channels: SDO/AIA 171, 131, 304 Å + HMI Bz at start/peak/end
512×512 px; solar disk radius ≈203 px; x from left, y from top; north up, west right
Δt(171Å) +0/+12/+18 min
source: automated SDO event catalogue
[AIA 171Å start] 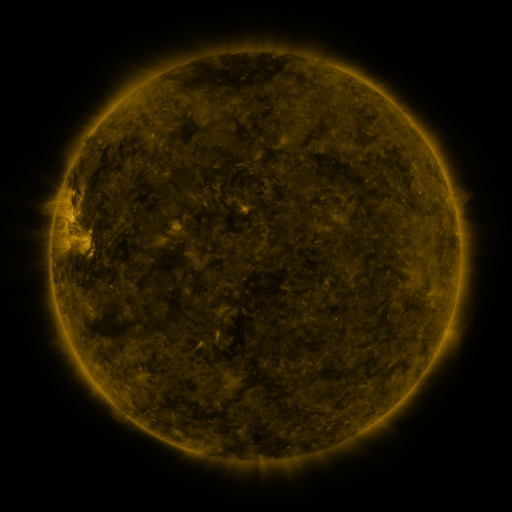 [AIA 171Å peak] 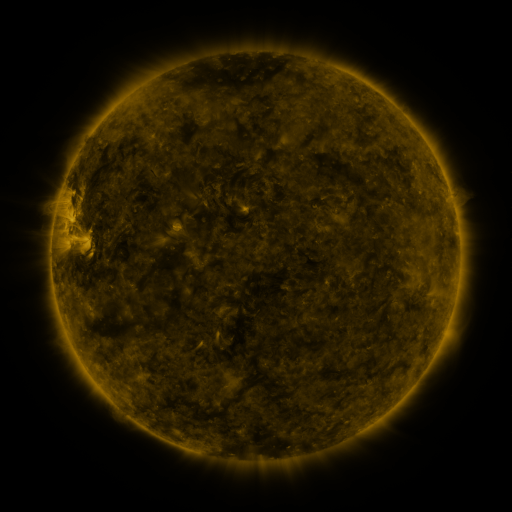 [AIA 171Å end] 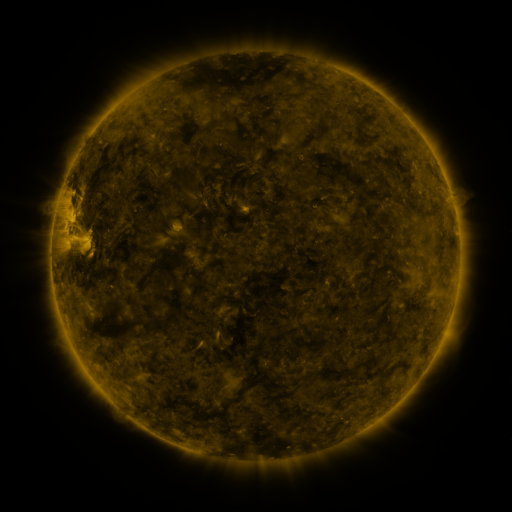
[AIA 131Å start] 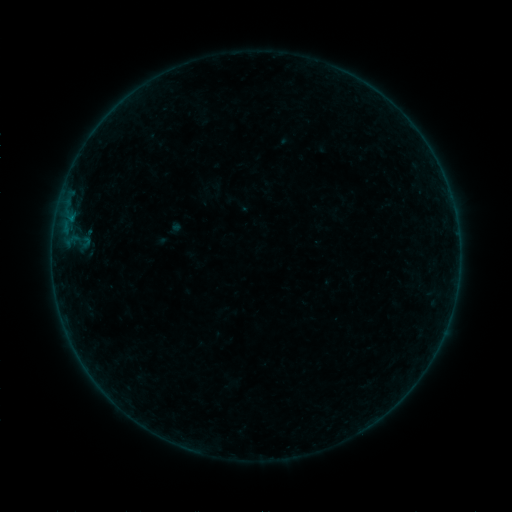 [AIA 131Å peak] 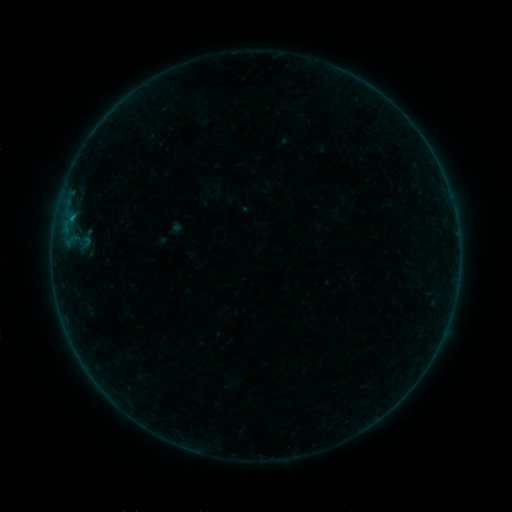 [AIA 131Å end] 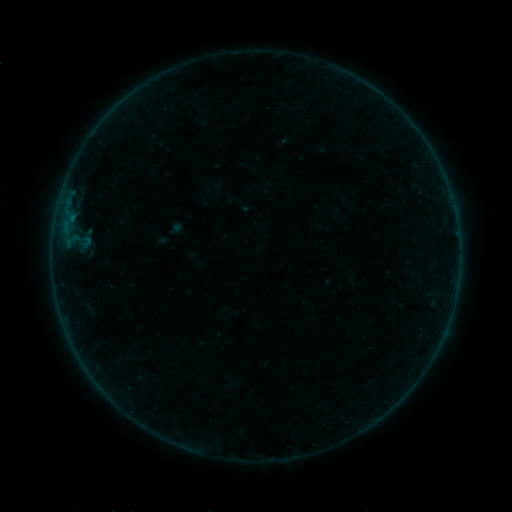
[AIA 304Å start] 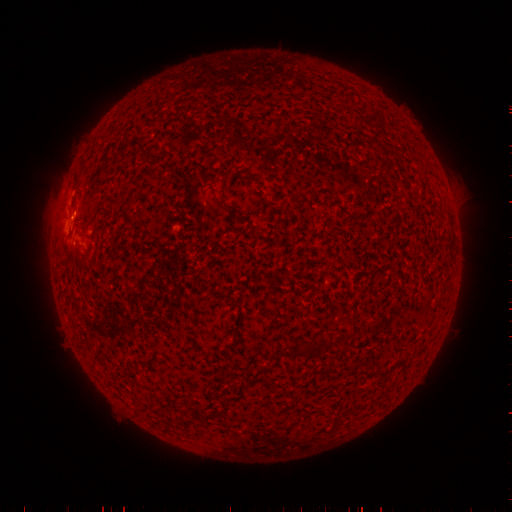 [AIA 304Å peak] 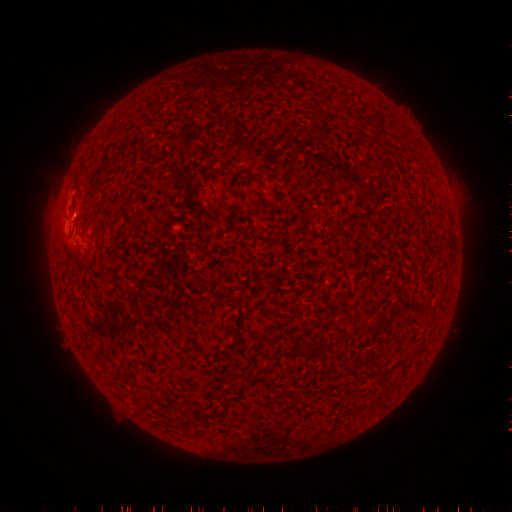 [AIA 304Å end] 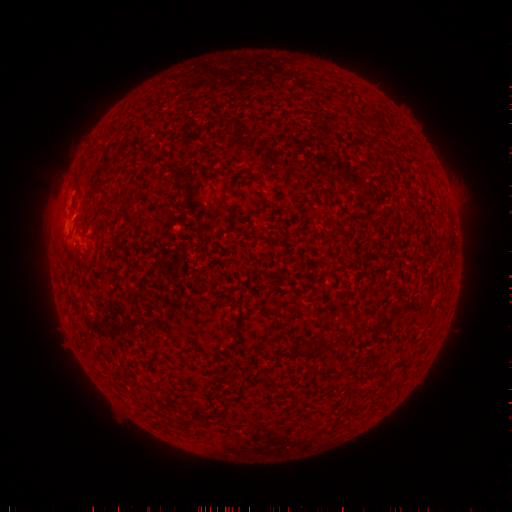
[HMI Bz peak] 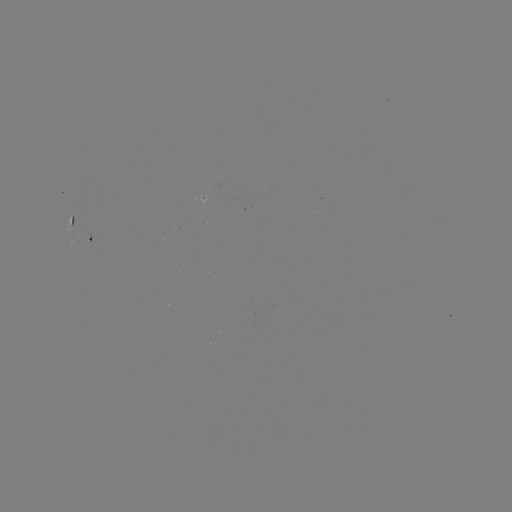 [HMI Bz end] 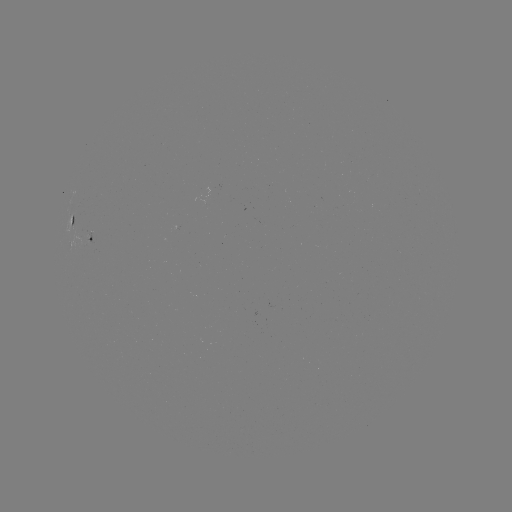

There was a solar flare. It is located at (73, 217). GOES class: B2.1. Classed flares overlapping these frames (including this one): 1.